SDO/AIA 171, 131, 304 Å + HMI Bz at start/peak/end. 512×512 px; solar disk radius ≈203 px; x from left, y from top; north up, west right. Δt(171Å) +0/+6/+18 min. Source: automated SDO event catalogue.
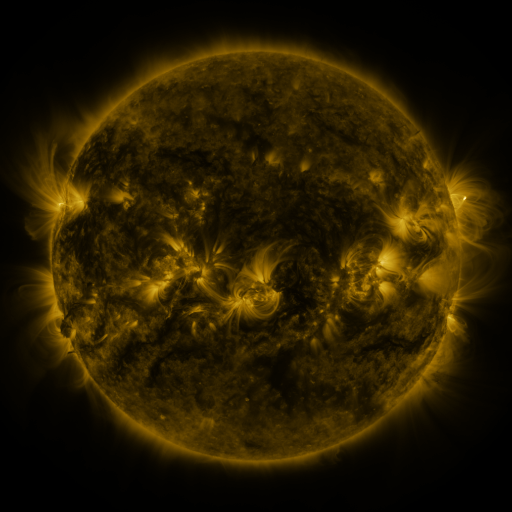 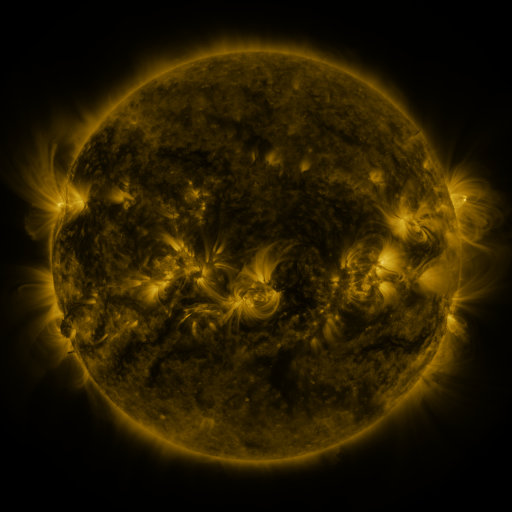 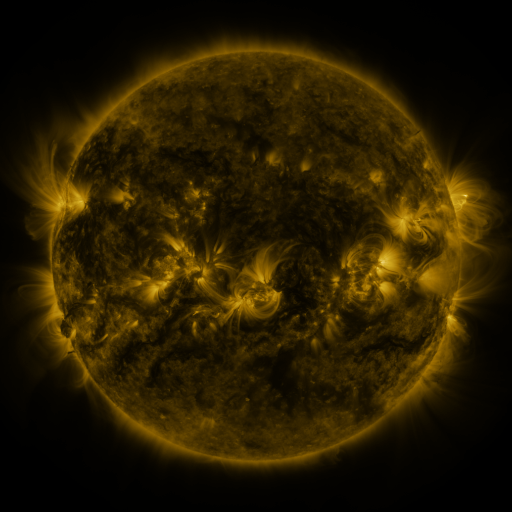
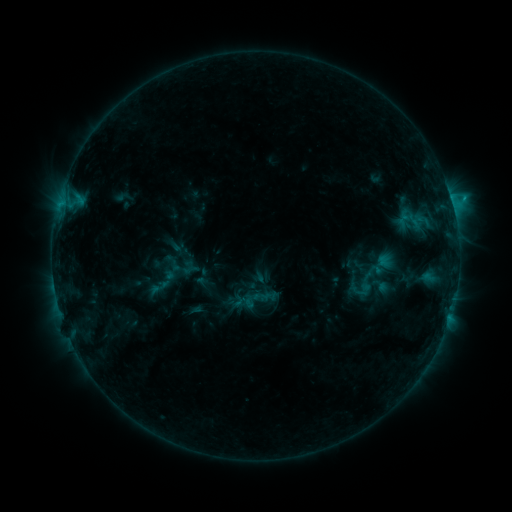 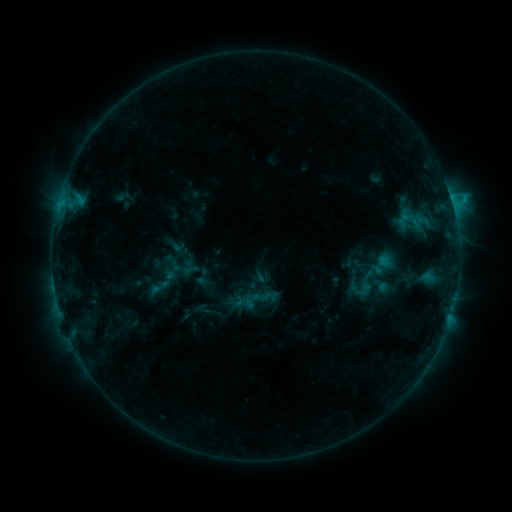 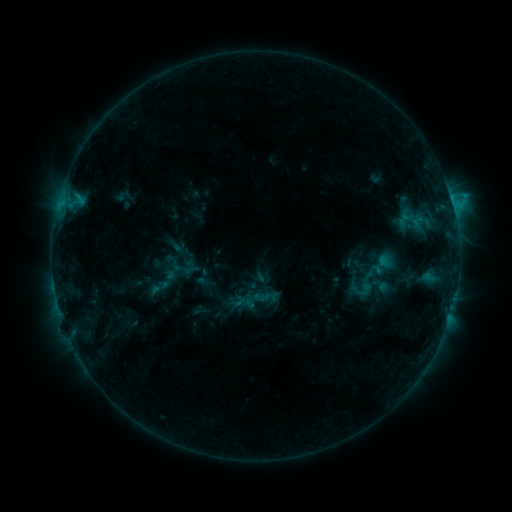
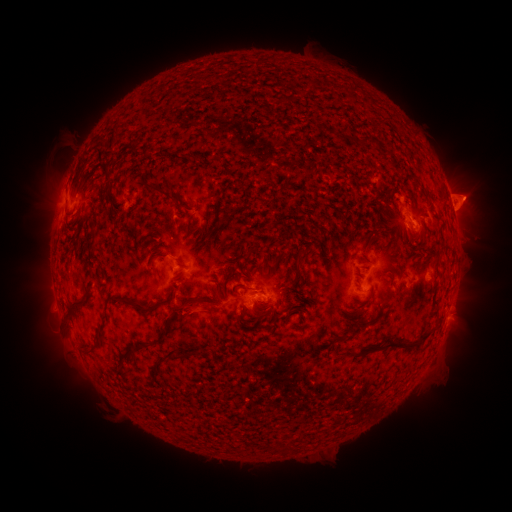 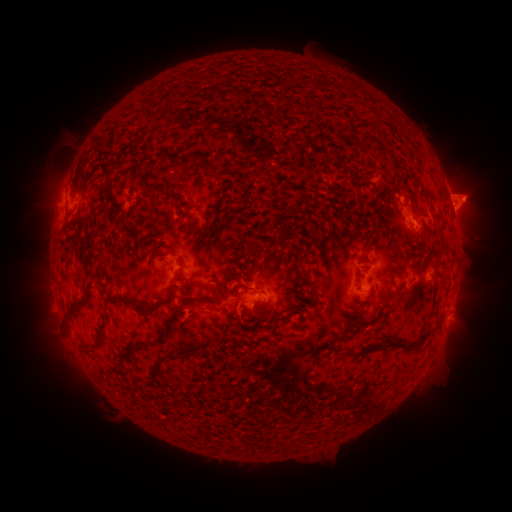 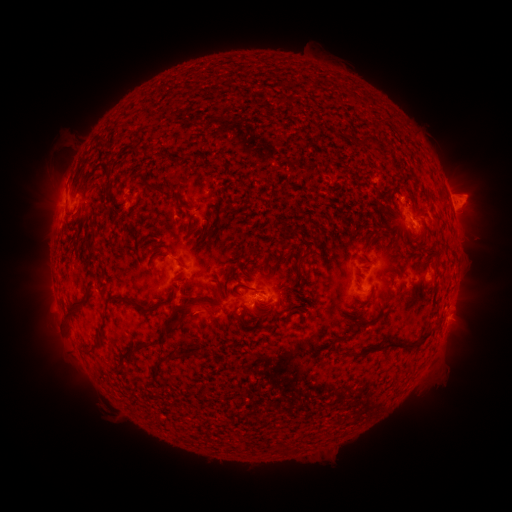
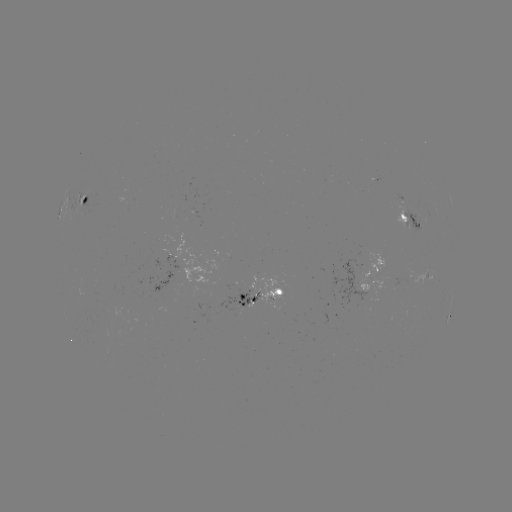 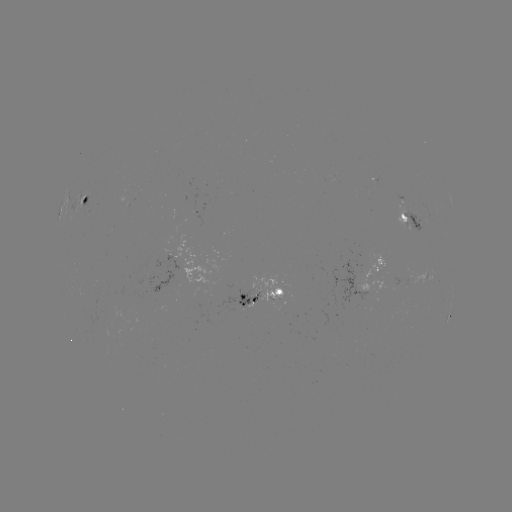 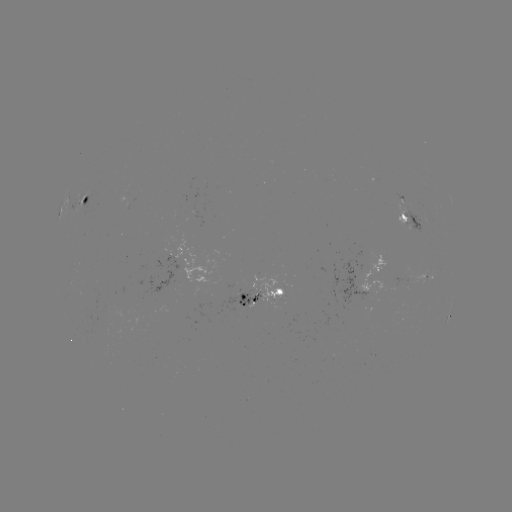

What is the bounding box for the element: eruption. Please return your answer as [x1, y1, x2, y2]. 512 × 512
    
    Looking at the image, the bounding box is [170, 290, 222, 337].